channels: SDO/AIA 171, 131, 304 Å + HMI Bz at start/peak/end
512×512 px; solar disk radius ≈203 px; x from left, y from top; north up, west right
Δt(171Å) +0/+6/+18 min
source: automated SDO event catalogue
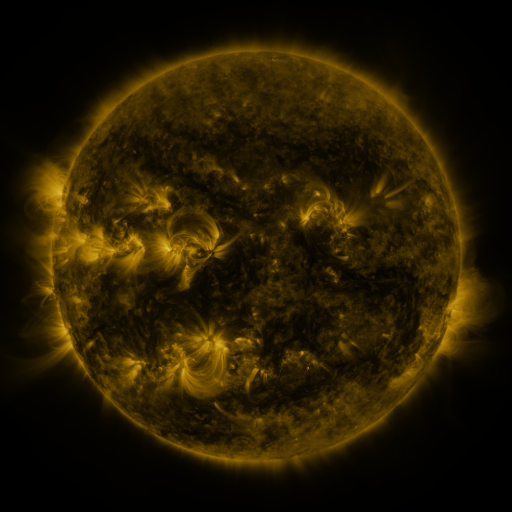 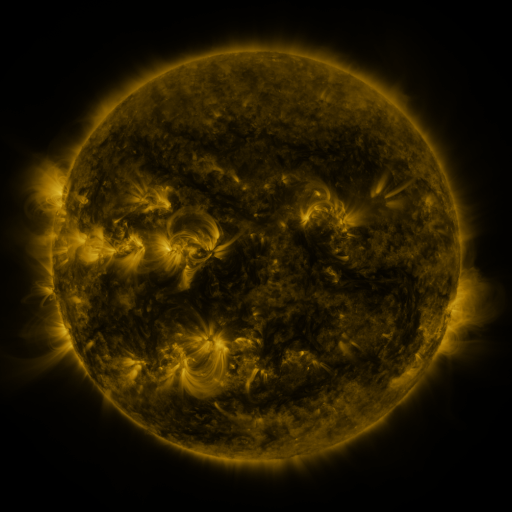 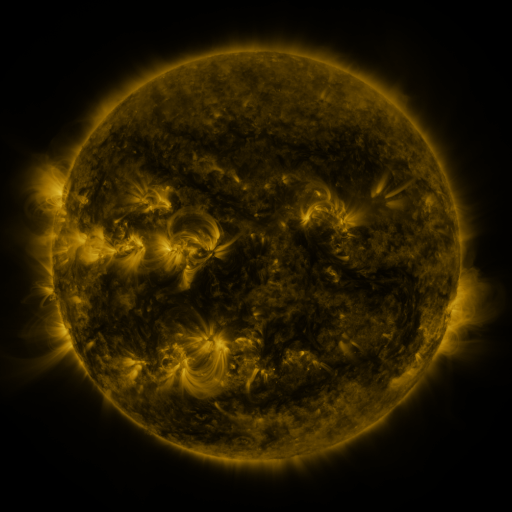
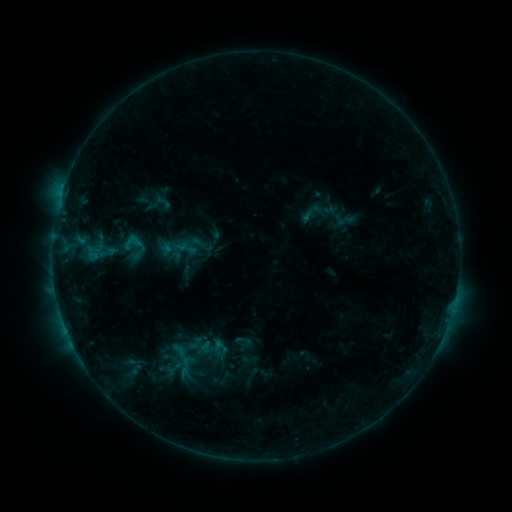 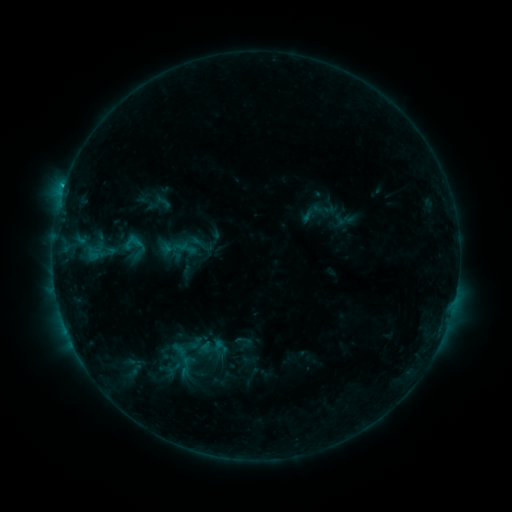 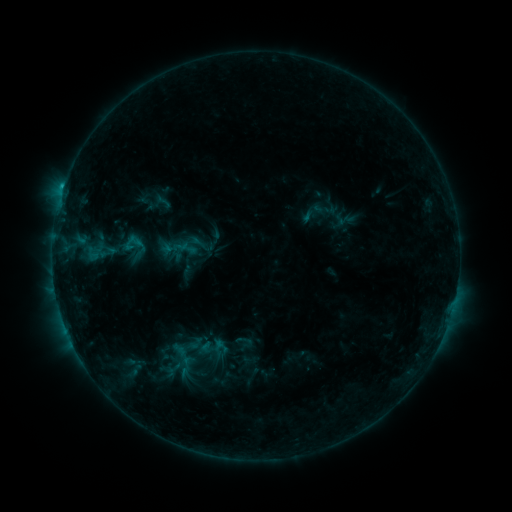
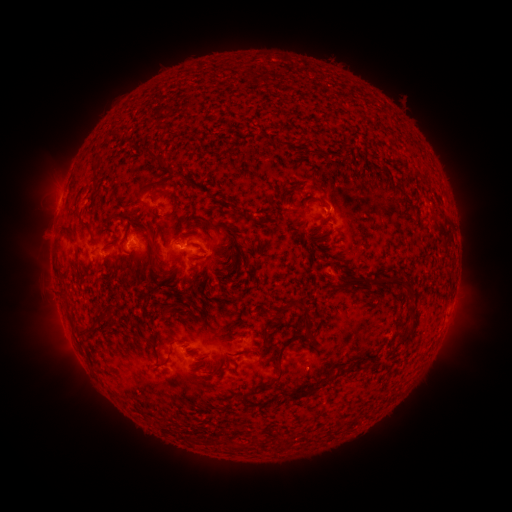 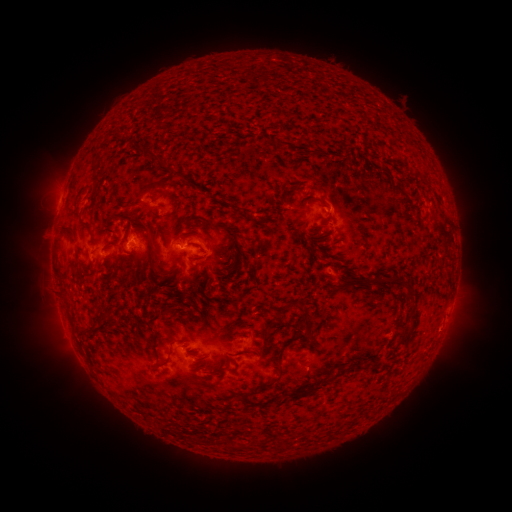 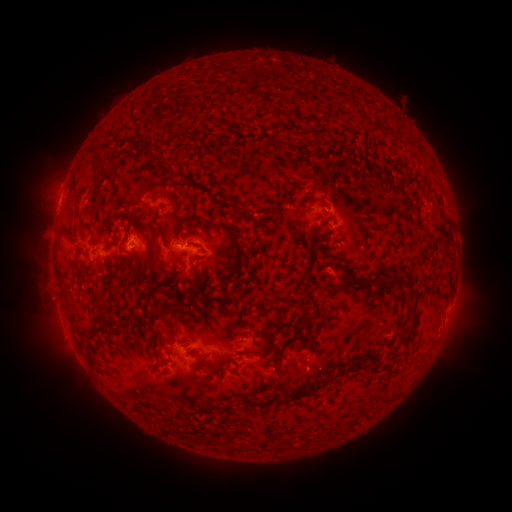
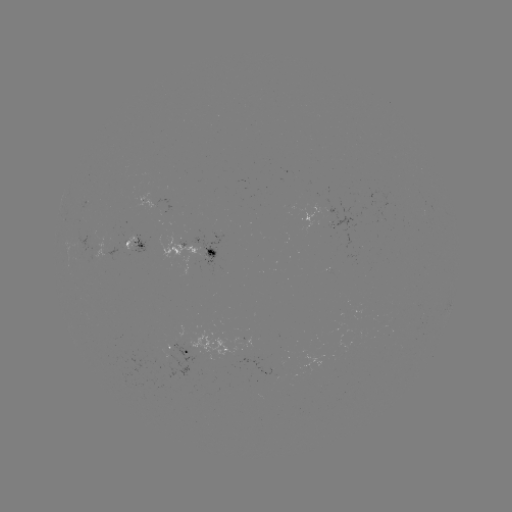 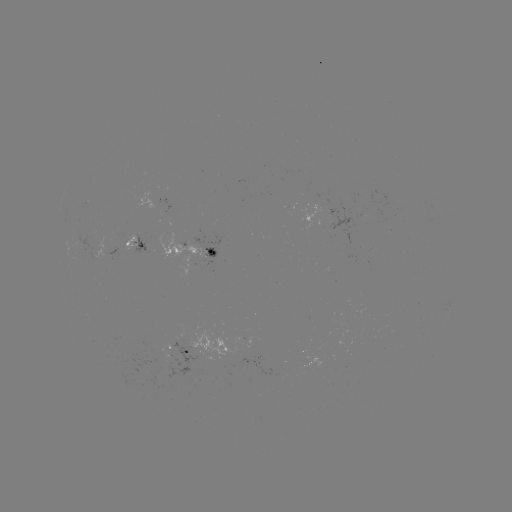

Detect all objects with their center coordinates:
B9.5 flare: (64, 191)
